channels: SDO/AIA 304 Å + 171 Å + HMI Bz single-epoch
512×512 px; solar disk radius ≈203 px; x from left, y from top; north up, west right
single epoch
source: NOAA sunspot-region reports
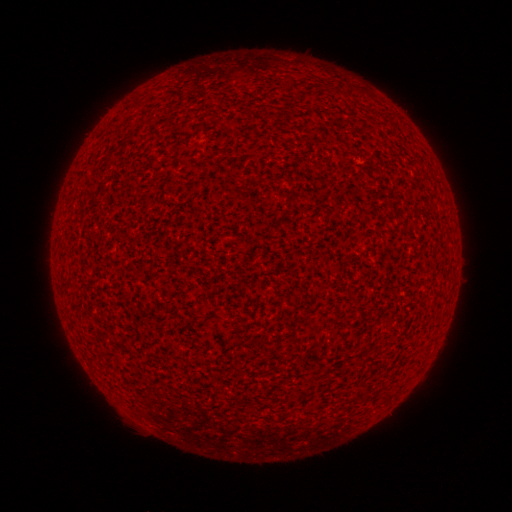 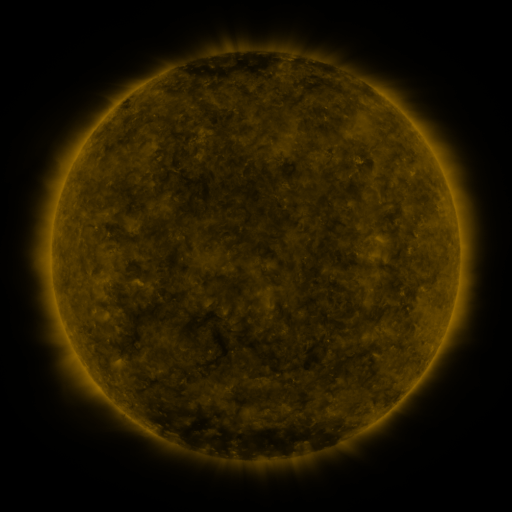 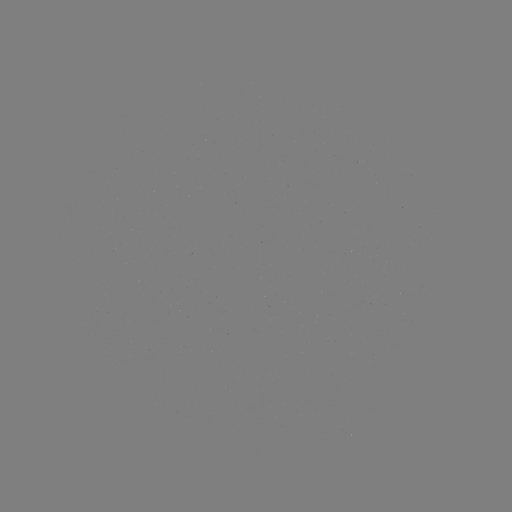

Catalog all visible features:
(none)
